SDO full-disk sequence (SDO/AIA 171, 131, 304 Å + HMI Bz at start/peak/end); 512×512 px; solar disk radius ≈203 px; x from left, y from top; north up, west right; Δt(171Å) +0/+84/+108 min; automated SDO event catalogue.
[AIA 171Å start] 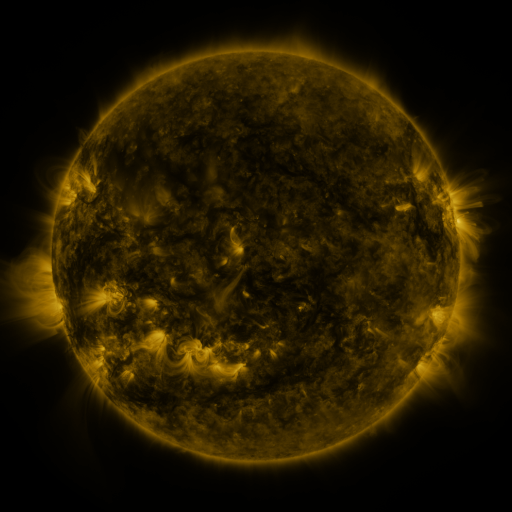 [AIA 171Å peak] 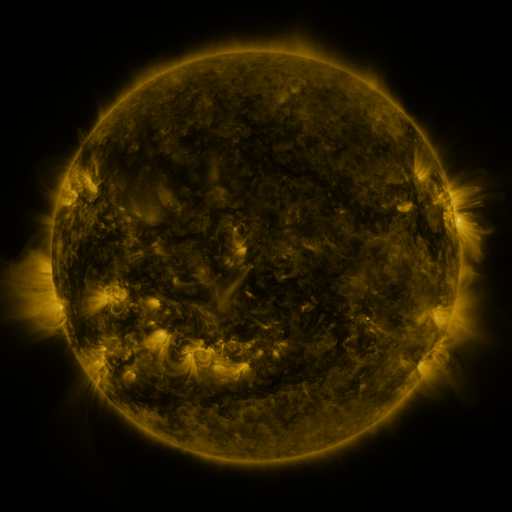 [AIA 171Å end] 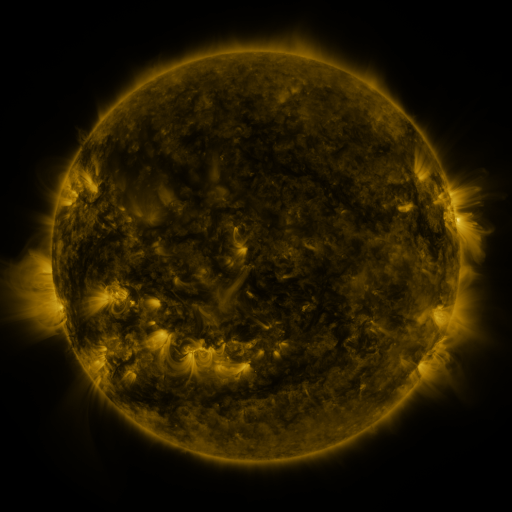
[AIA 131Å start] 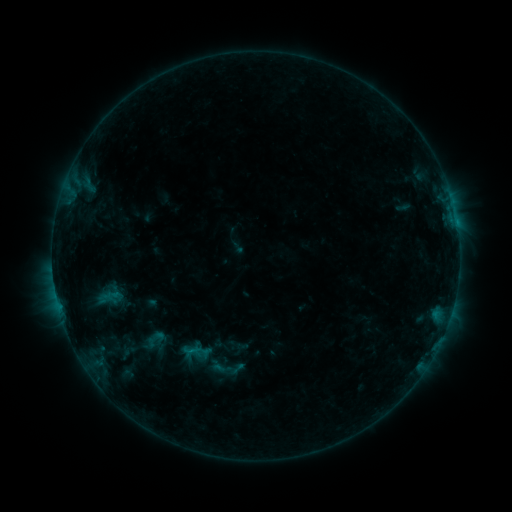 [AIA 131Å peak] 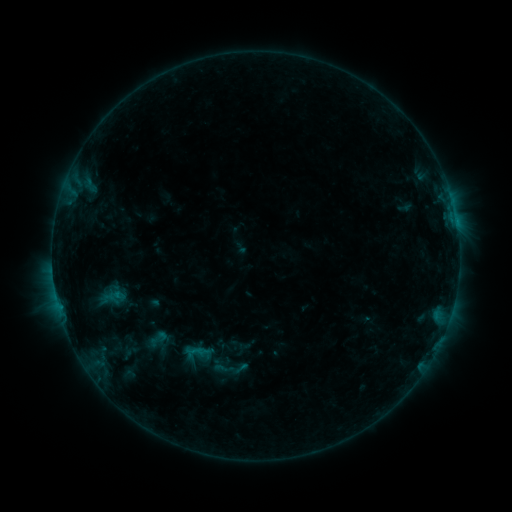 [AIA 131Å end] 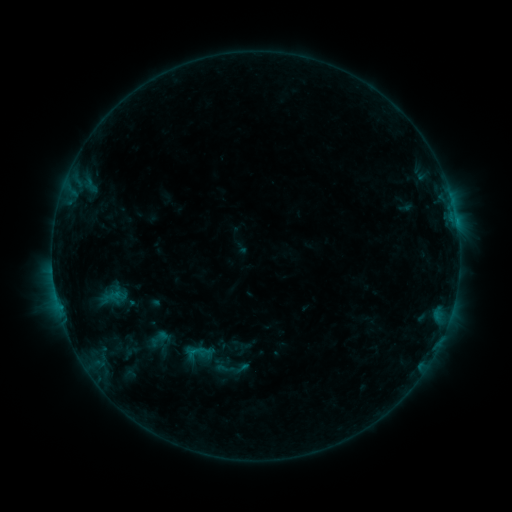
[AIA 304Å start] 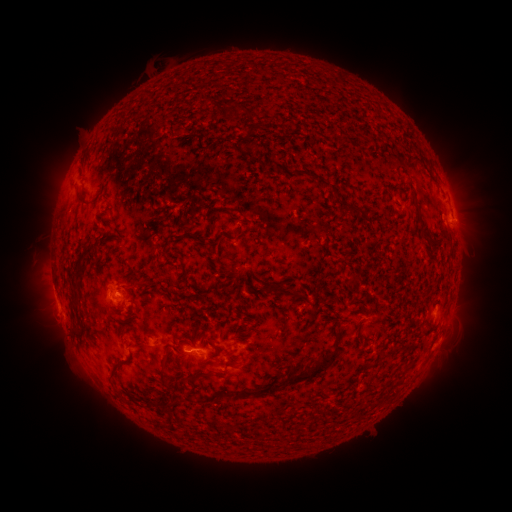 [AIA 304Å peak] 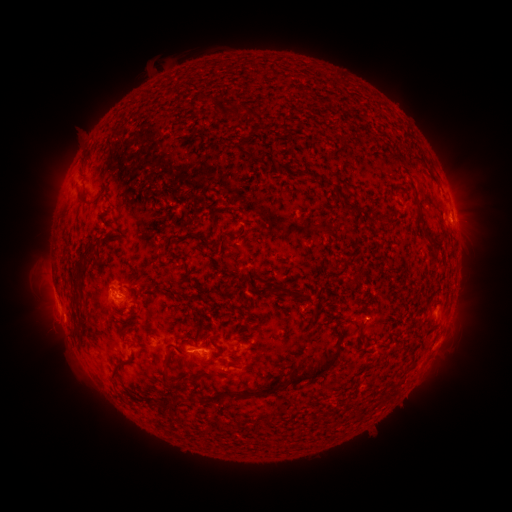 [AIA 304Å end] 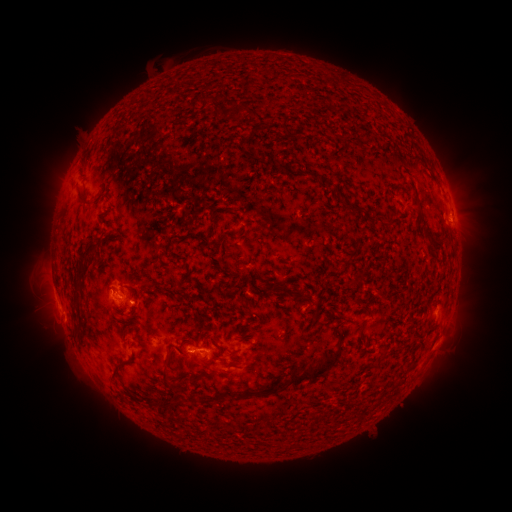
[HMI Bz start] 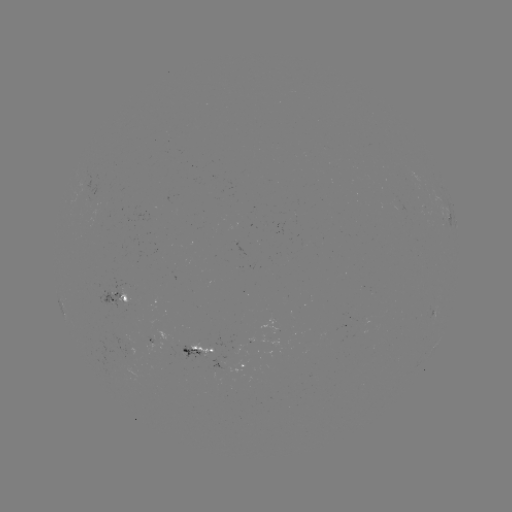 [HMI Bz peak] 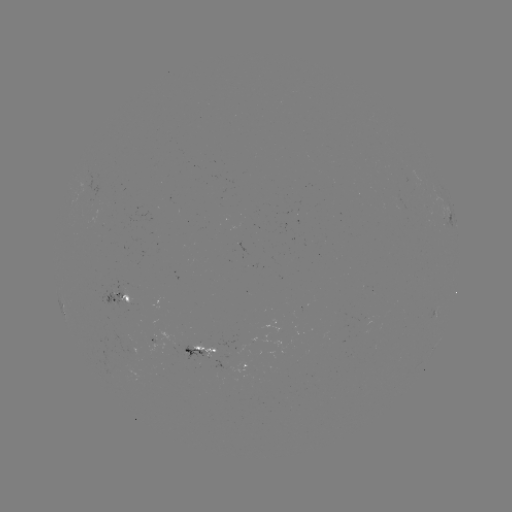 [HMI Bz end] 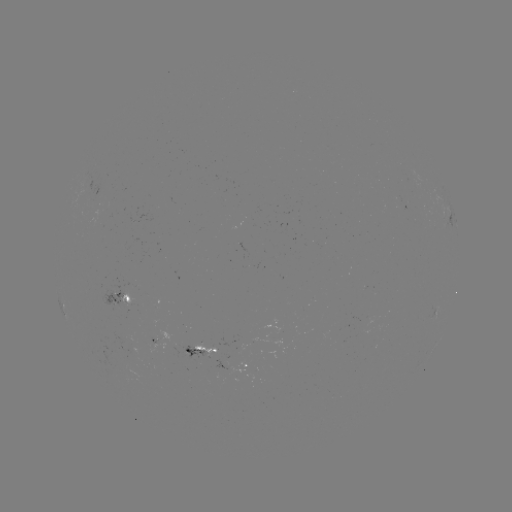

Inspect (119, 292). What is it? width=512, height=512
emerging-flux region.